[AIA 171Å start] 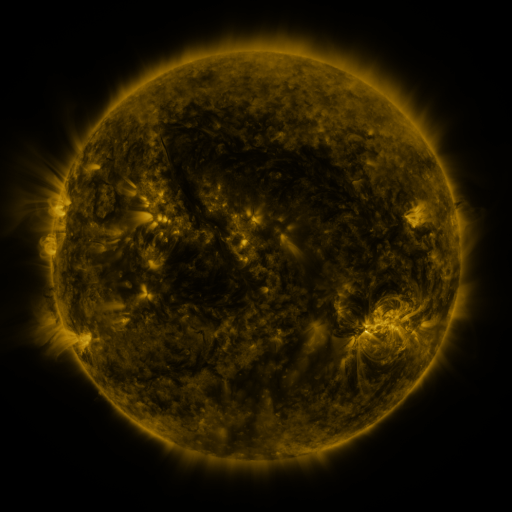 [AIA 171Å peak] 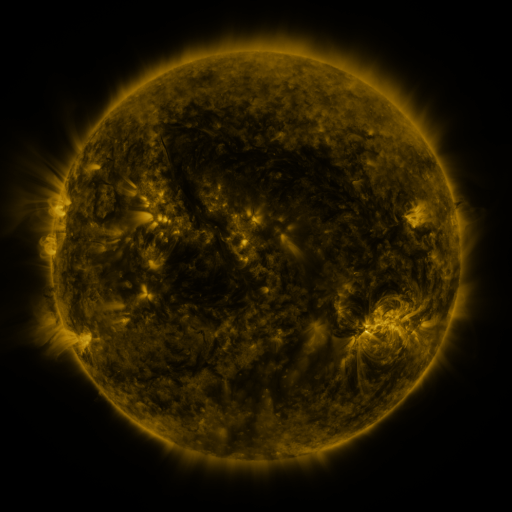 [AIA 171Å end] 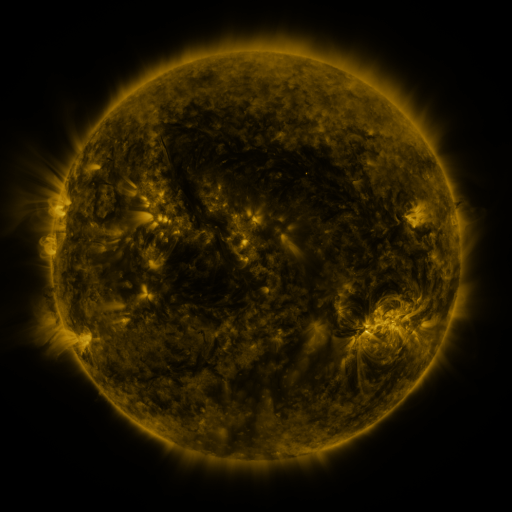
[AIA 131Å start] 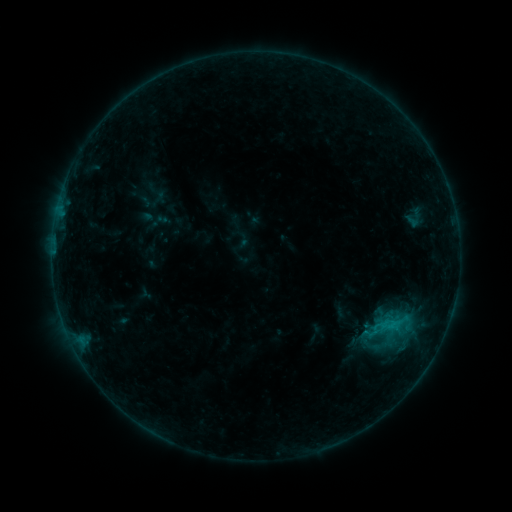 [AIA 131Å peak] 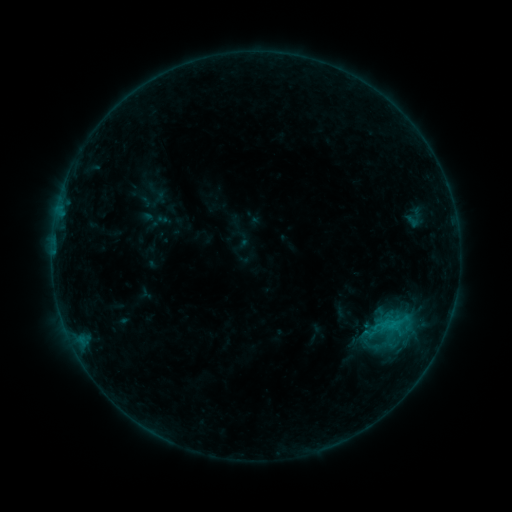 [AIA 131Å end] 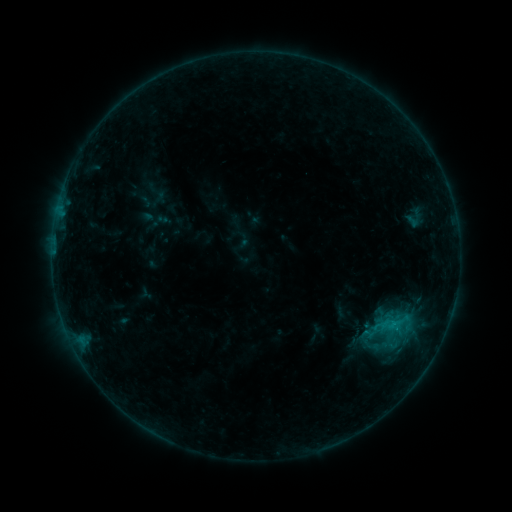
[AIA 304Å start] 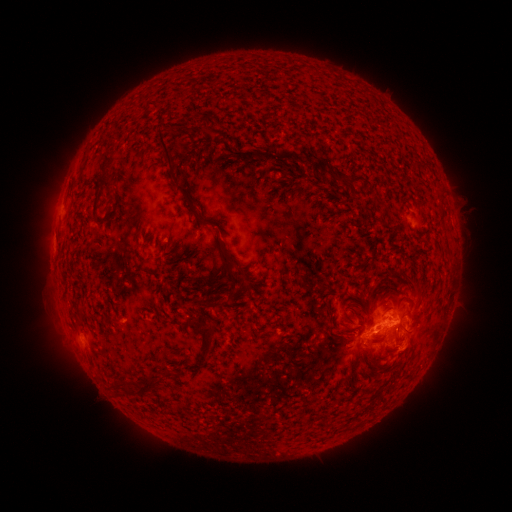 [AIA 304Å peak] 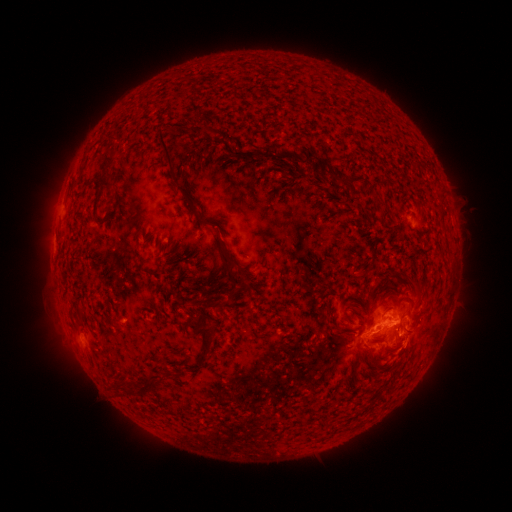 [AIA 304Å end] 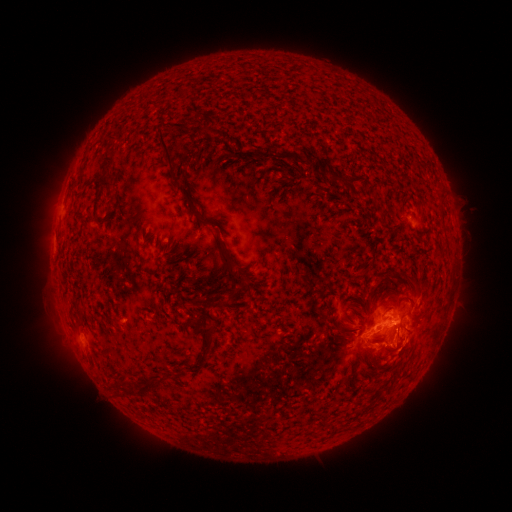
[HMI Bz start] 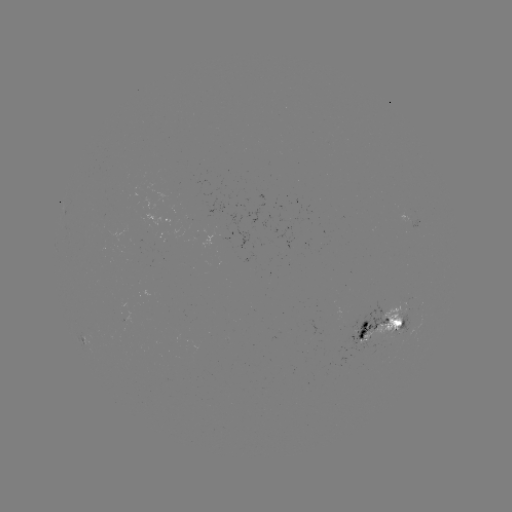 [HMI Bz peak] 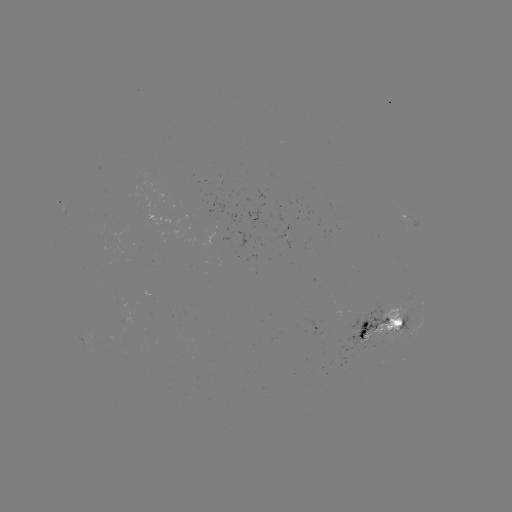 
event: eruption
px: (409, 346)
